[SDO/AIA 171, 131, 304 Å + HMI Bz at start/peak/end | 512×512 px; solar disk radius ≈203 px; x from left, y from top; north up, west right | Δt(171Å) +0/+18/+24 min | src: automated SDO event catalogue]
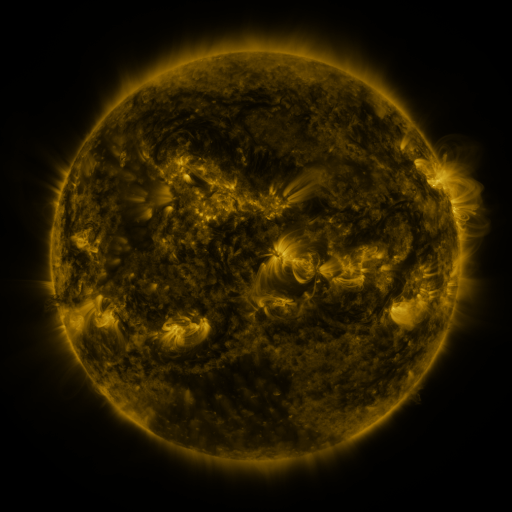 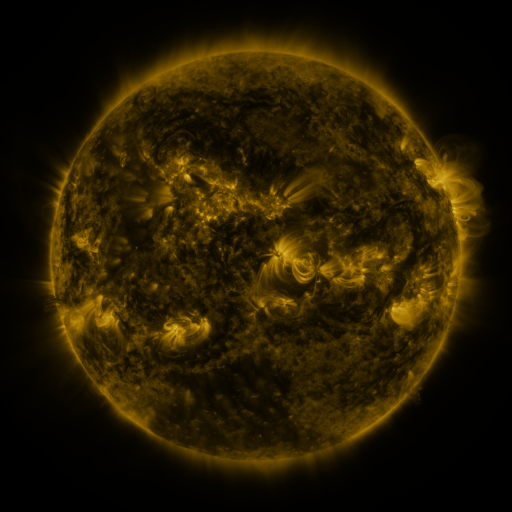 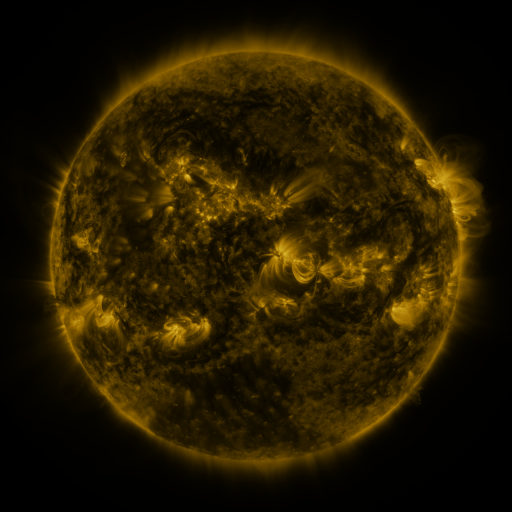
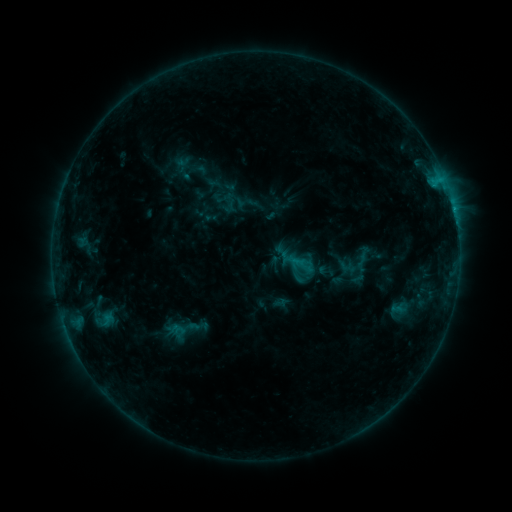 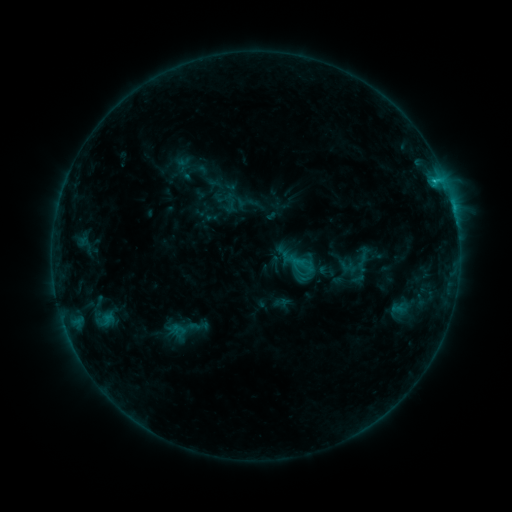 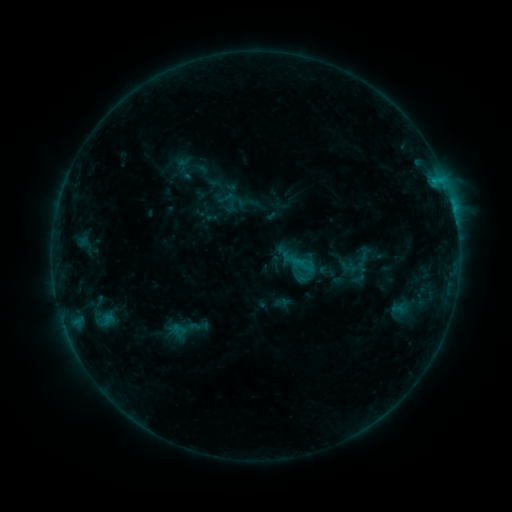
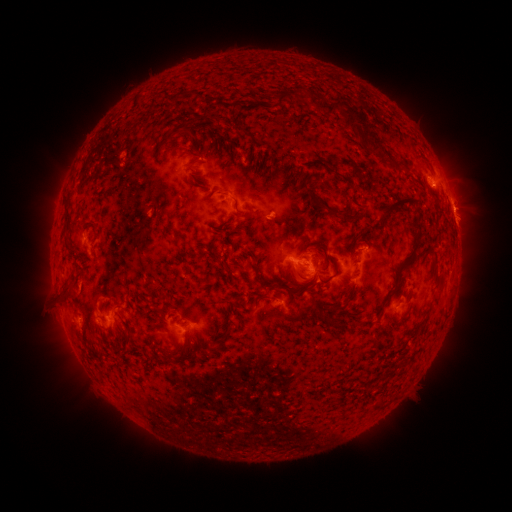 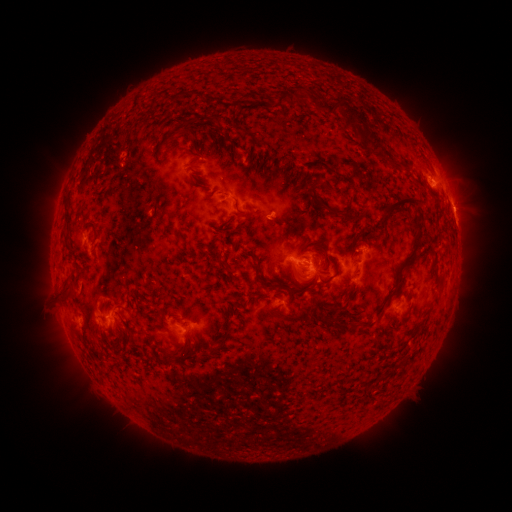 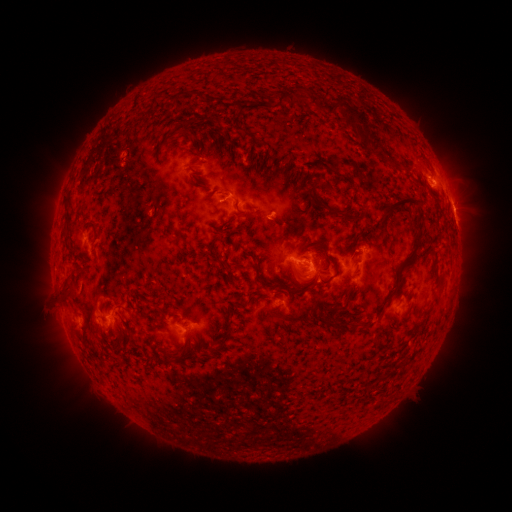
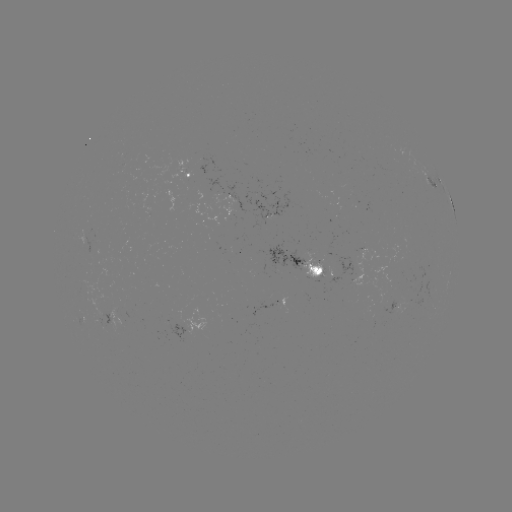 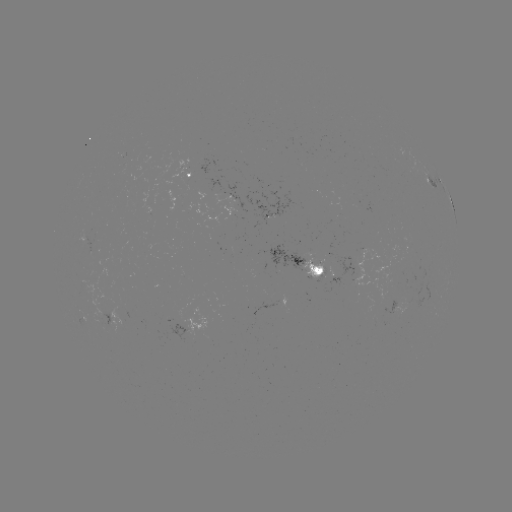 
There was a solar flare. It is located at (435, 182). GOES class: C1.0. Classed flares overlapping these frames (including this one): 1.